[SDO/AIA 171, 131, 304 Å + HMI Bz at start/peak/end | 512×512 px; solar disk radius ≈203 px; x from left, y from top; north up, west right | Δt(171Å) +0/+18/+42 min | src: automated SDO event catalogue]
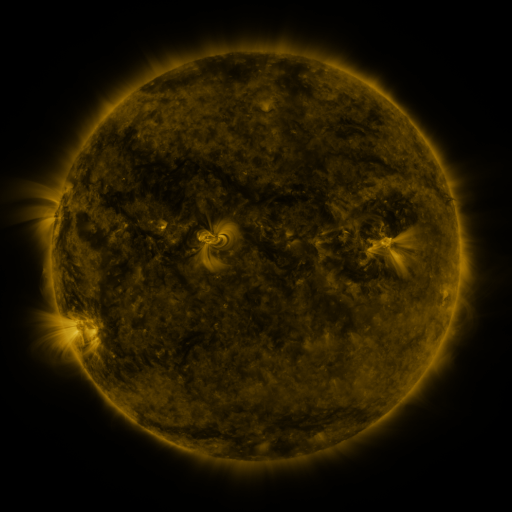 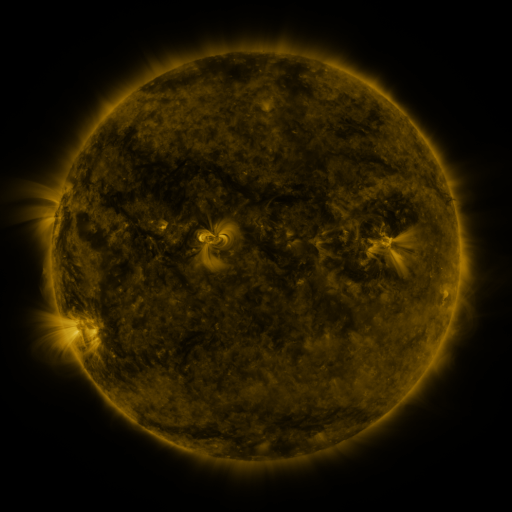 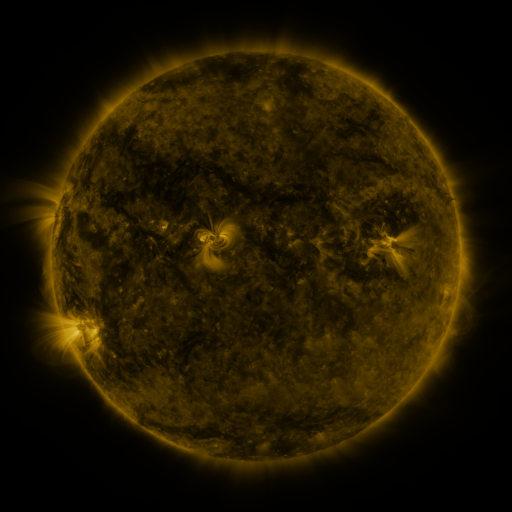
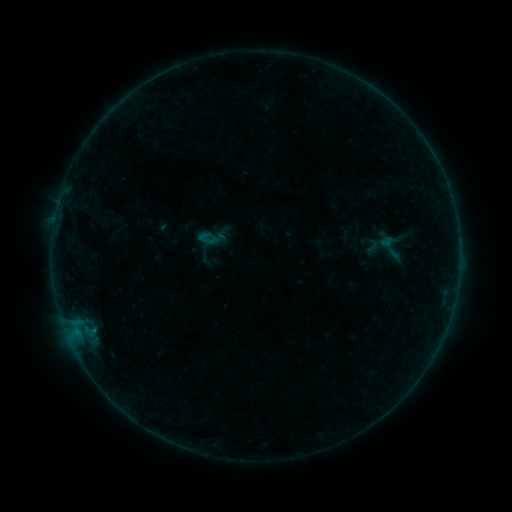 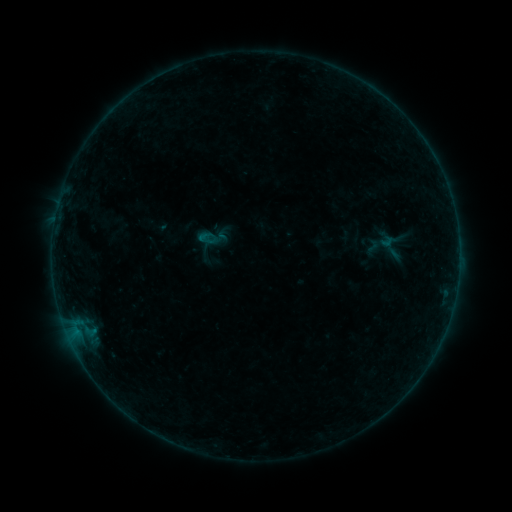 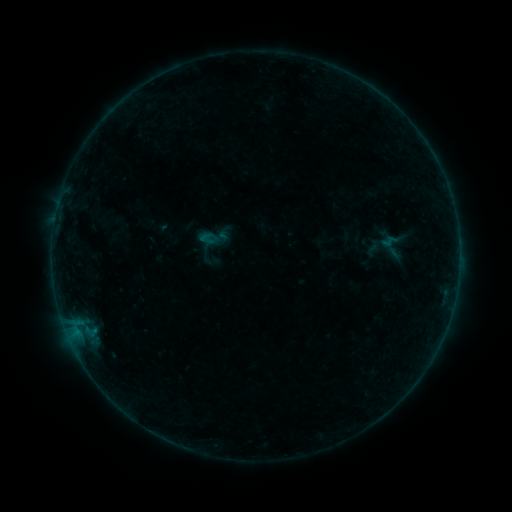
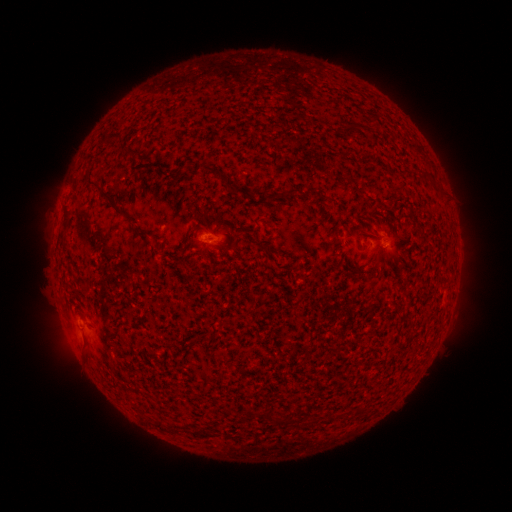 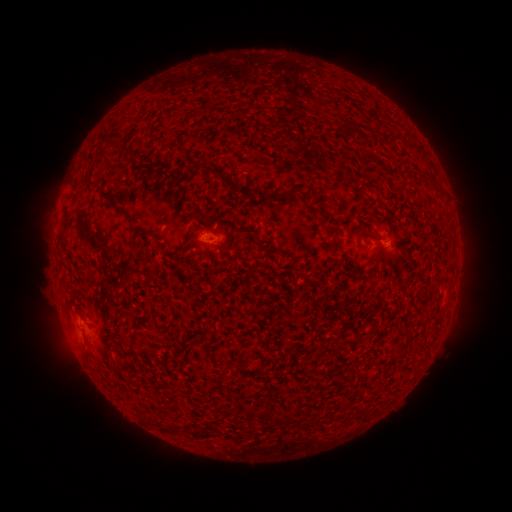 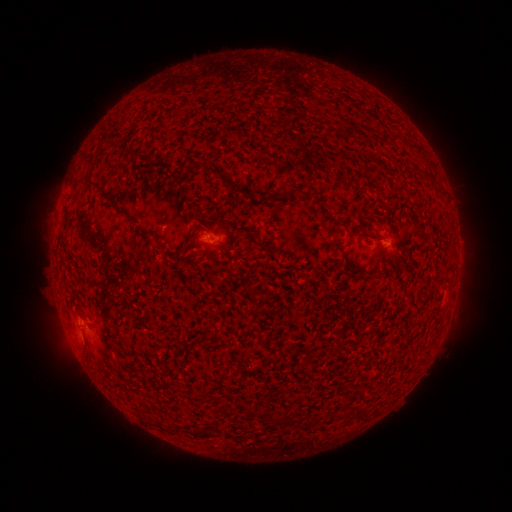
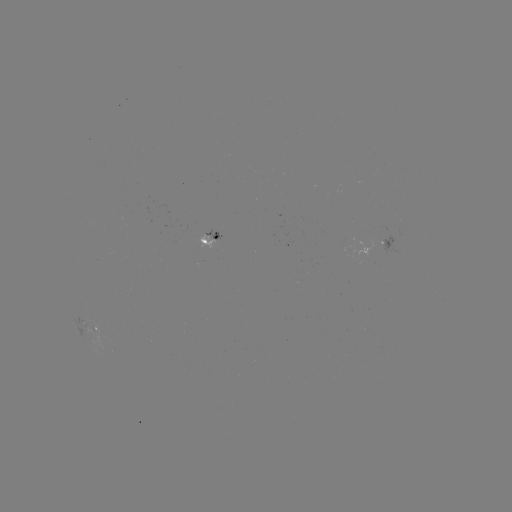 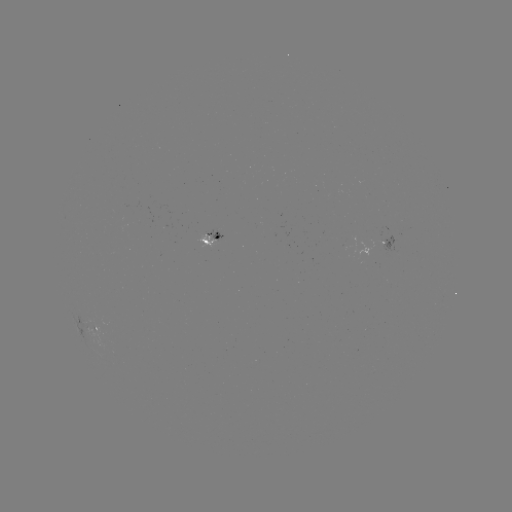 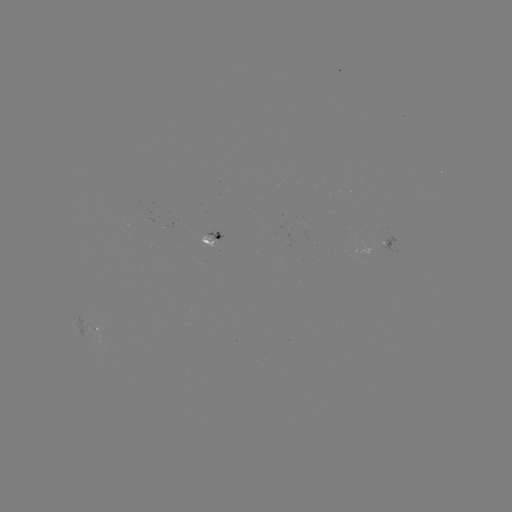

no catalogued flare and no flagged EUV brightening in this window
